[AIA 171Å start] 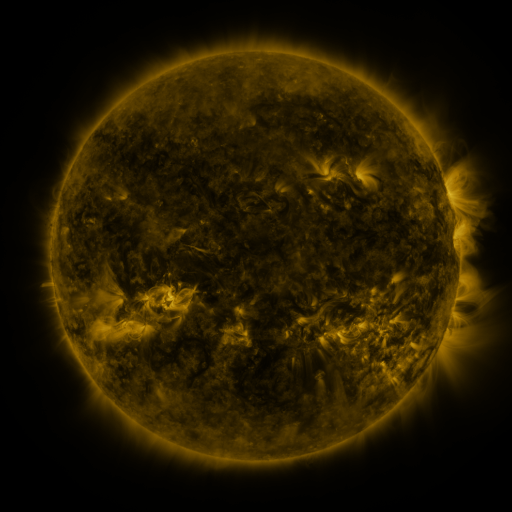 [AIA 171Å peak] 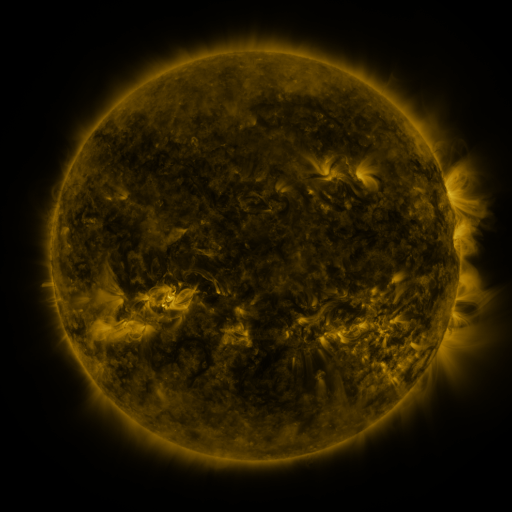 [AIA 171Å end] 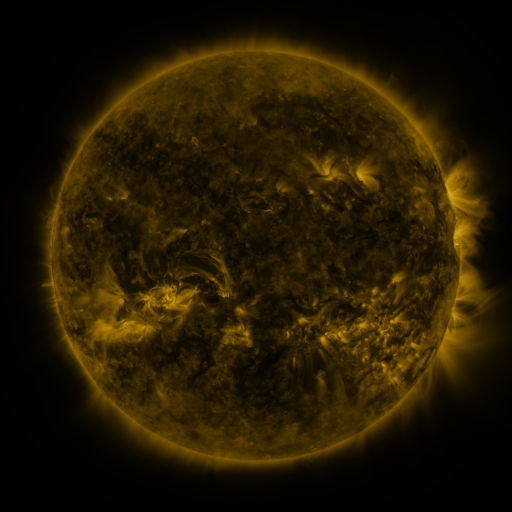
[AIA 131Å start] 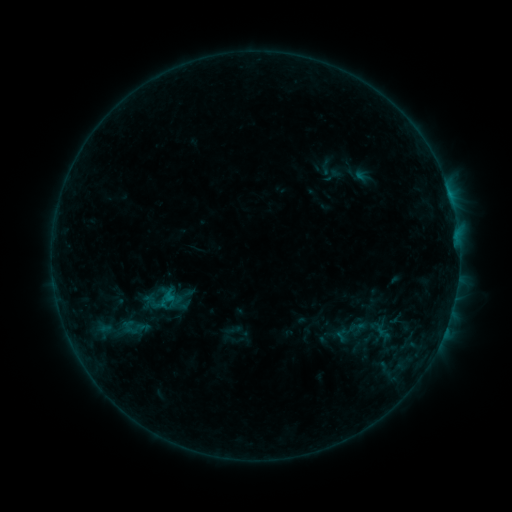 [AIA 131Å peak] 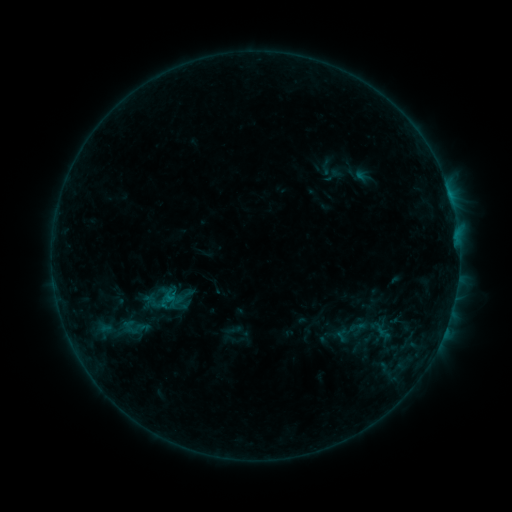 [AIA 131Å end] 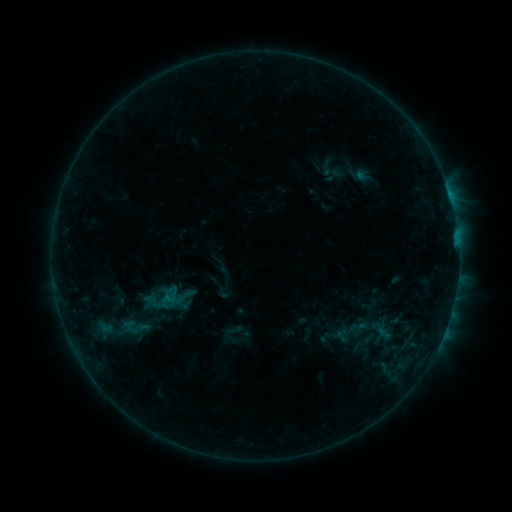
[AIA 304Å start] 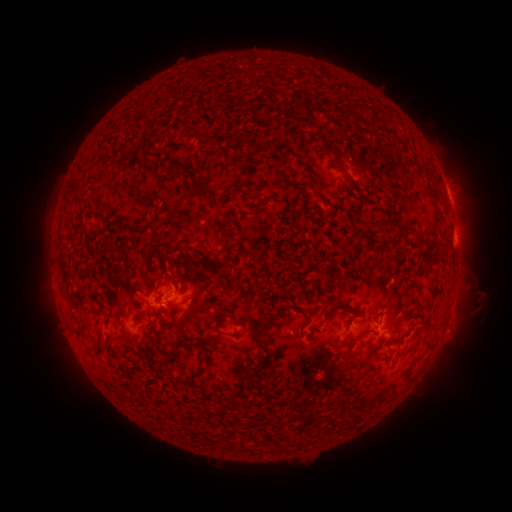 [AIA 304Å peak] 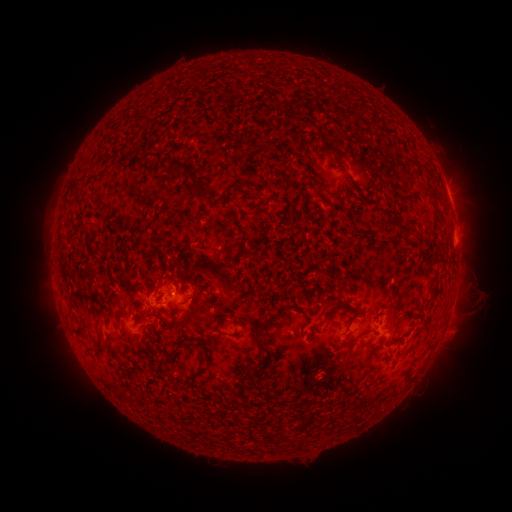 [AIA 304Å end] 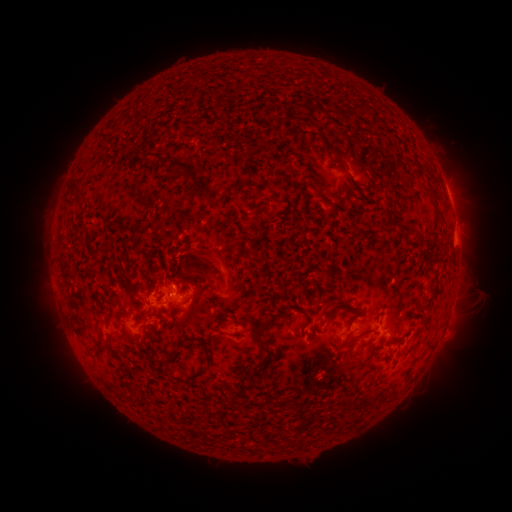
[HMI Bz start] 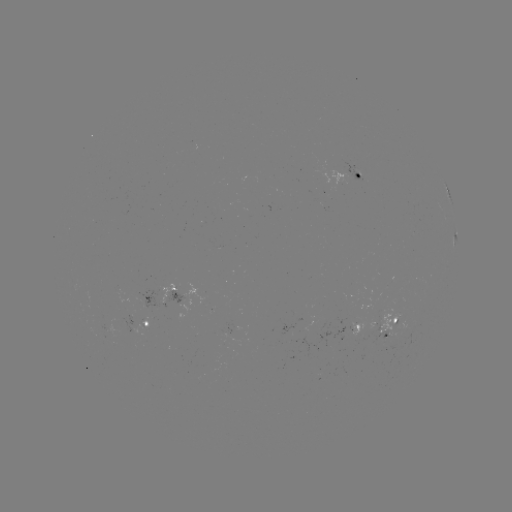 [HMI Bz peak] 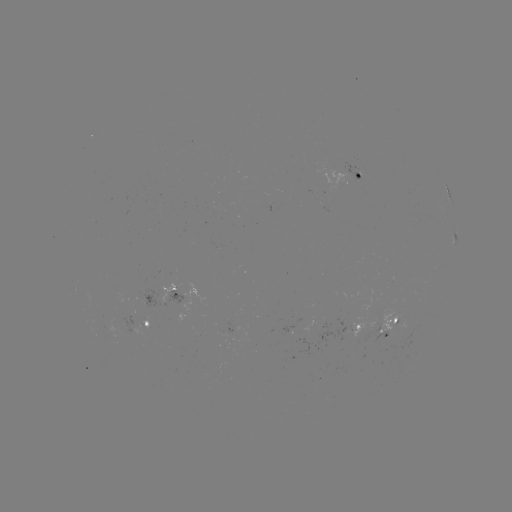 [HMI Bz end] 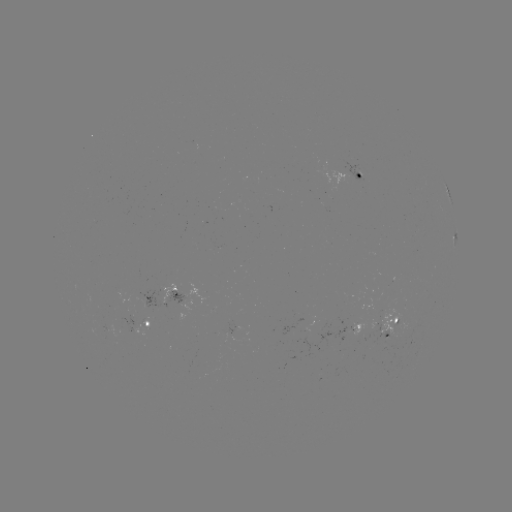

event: eruption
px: (205, 269)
